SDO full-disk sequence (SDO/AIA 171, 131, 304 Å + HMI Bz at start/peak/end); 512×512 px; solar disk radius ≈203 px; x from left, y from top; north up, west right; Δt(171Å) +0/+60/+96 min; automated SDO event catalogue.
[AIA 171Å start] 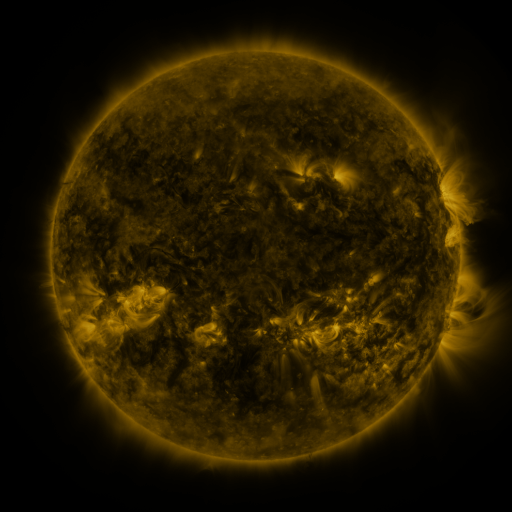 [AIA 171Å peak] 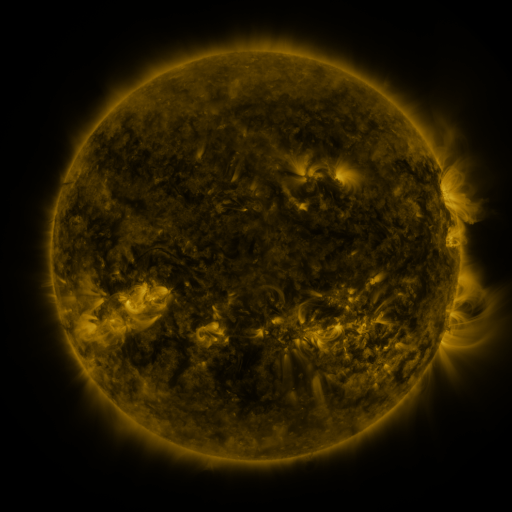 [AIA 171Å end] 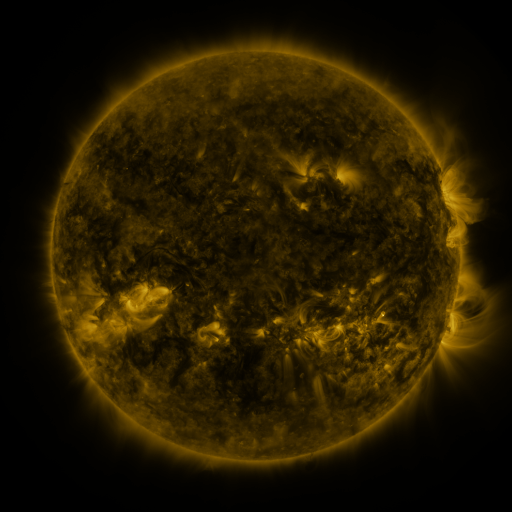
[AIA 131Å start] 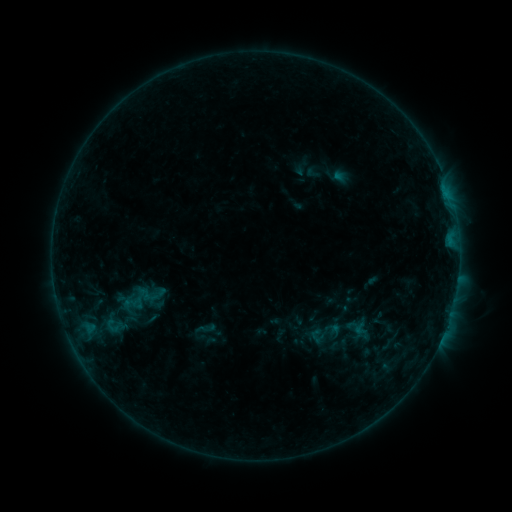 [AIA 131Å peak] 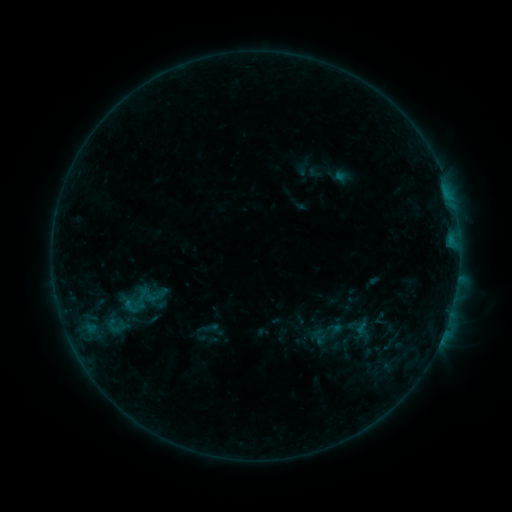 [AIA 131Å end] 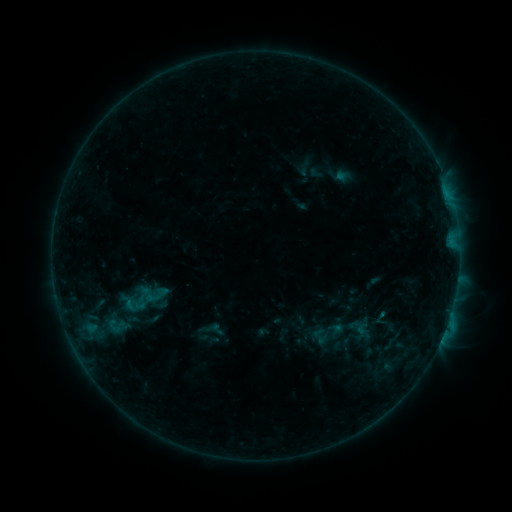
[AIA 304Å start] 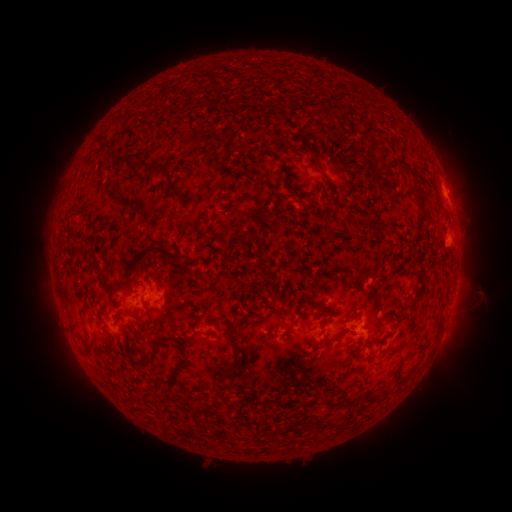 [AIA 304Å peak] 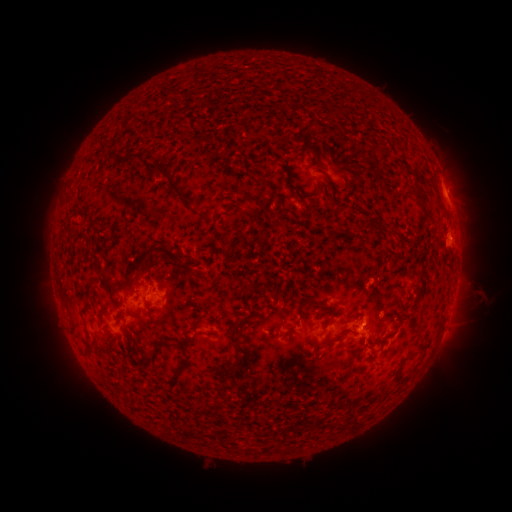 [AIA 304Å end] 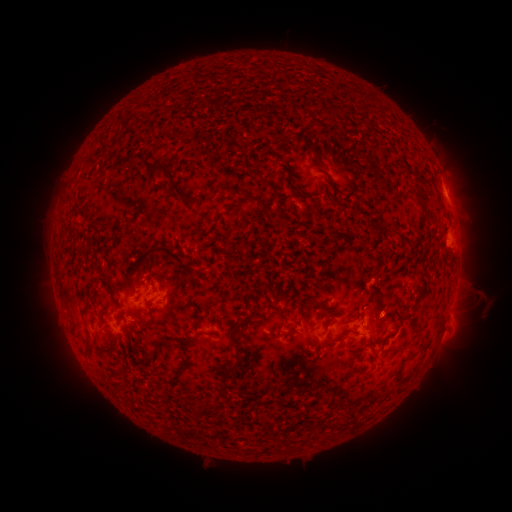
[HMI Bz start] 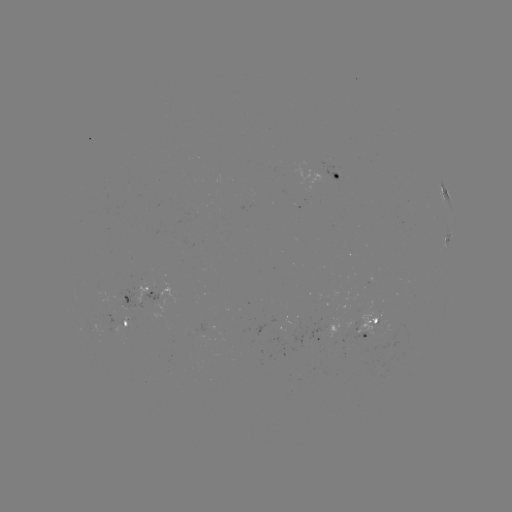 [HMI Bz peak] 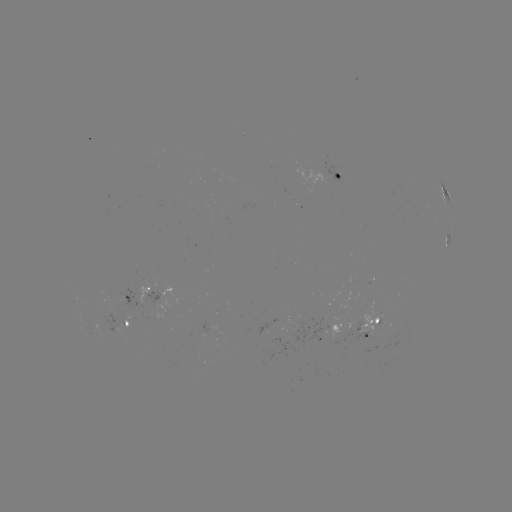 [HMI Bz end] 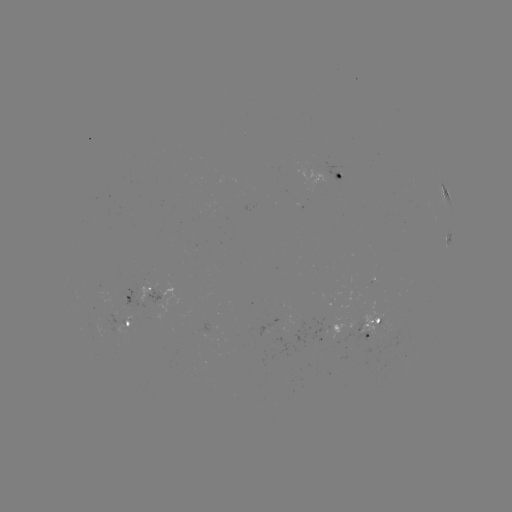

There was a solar emerging-flux region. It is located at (276, 322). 